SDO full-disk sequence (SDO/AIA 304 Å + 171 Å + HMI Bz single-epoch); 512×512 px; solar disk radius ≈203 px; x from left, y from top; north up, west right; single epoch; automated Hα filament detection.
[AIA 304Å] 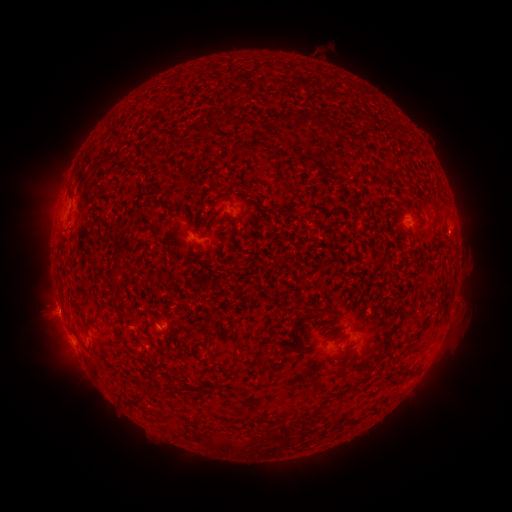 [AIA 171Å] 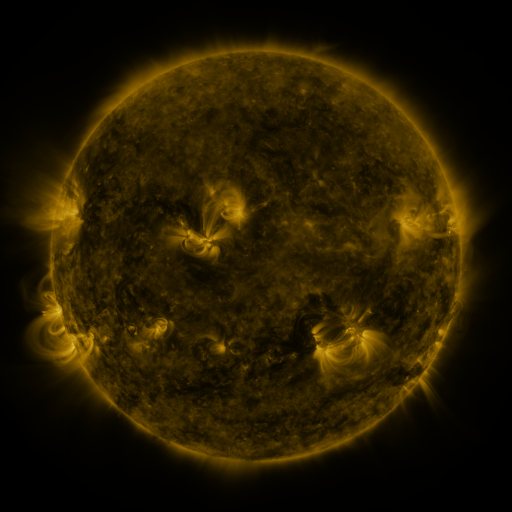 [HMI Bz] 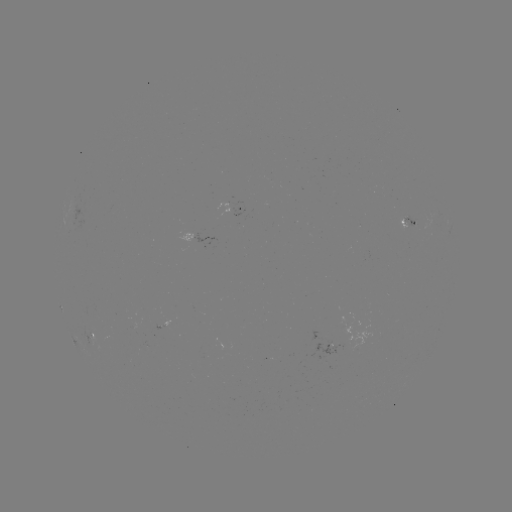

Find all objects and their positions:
filament: (289, 119)
filament: (305, 120)
filament: (278, 123)
filament: (119, 255)
filament: (320, 310)
filament: (93, 319)
filament: (268, 360)
filament: (240, 367)
filament: (147, 387)
filament: (285, 430)
